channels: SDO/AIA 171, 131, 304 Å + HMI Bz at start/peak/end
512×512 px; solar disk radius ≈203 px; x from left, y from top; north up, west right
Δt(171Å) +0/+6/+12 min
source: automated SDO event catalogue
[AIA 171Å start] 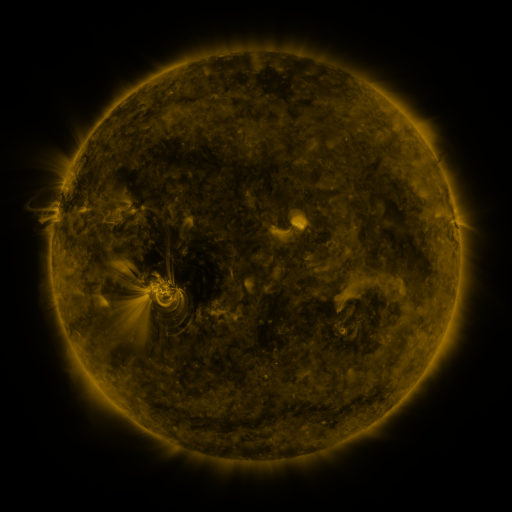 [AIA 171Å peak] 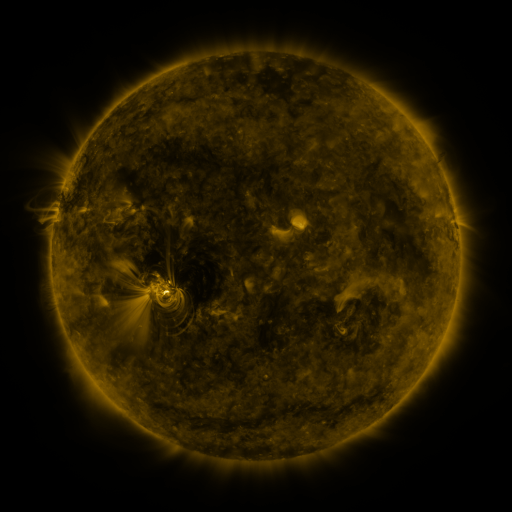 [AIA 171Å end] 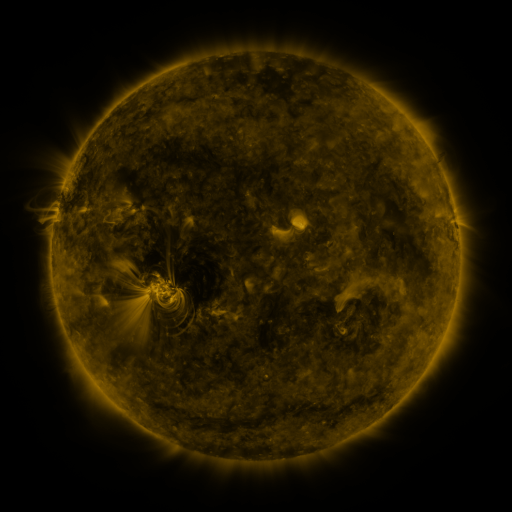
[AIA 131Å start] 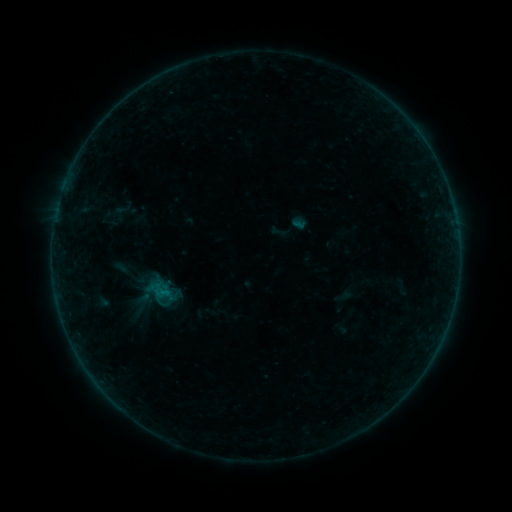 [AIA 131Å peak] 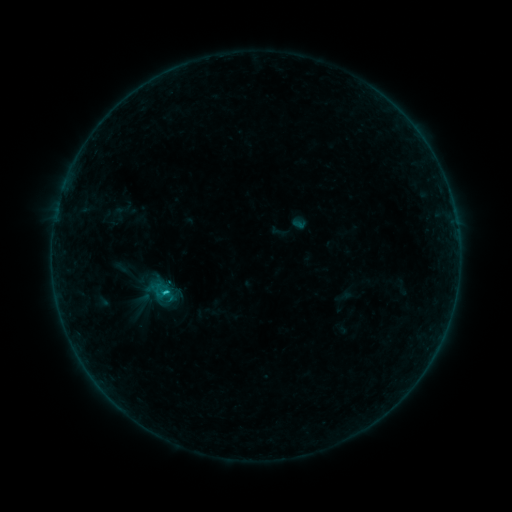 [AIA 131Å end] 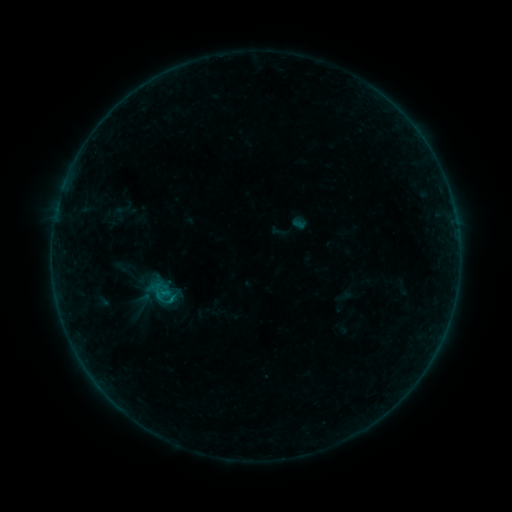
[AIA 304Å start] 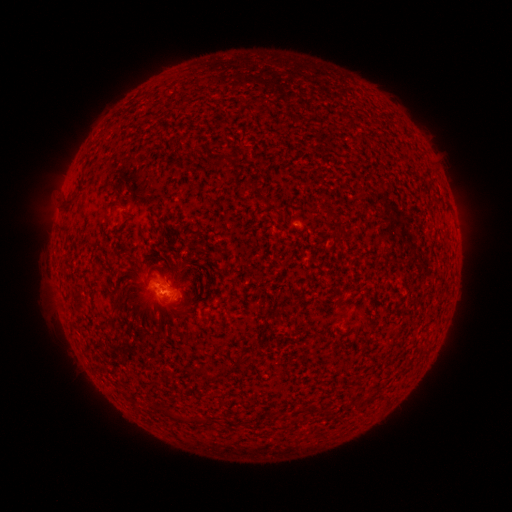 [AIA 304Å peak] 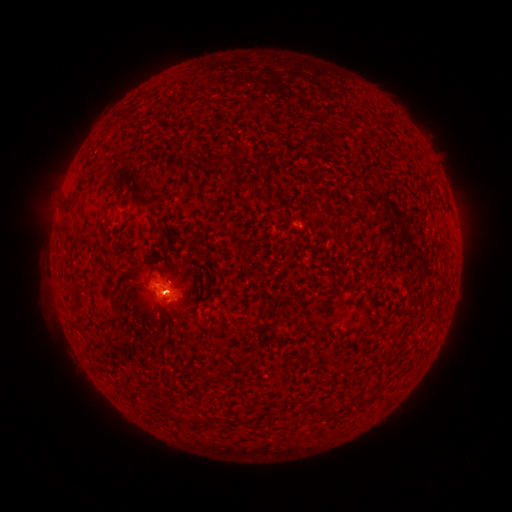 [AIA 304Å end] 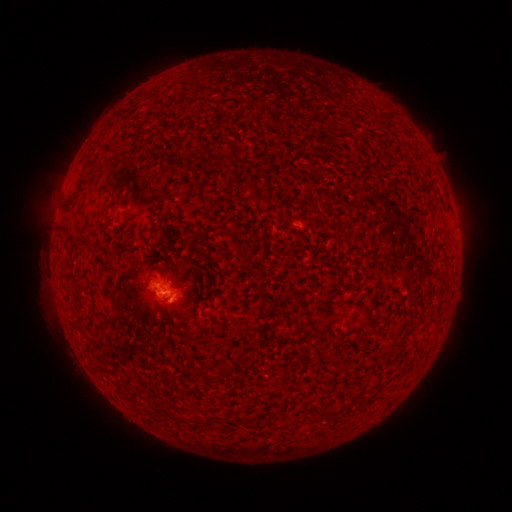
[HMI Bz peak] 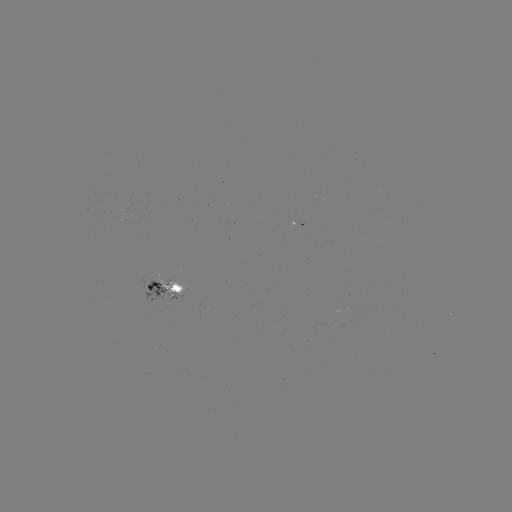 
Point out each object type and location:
B5.2 flare: (167, 289)
